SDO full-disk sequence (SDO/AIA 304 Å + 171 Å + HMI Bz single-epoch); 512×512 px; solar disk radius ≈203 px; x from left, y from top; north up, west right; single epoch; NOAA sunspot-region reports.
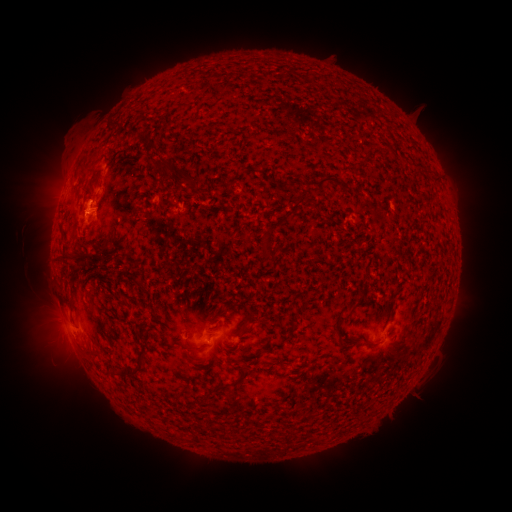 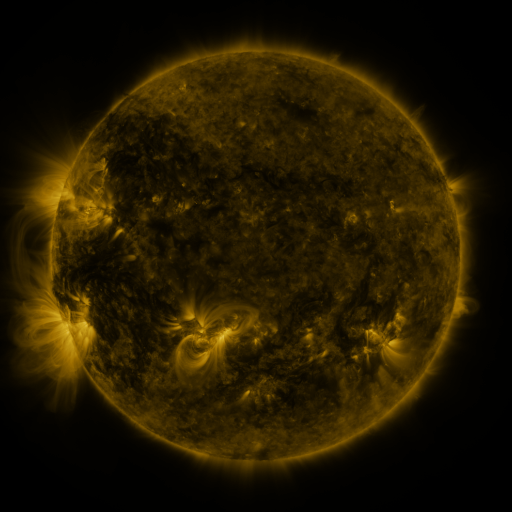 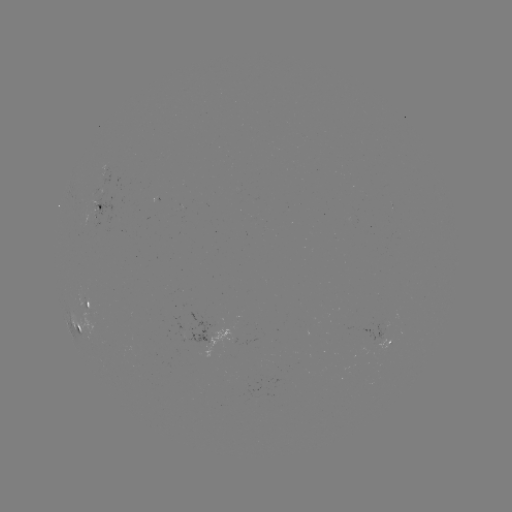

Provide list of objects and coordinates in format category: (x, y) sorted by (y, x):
spotted active region: (111, 173)
spotted active region: (100, 207)
spotted active region: (88, 308)
spotted active region: (77, 328)
spotted active region: (218, 332)
spotted active region: (385, 341)
